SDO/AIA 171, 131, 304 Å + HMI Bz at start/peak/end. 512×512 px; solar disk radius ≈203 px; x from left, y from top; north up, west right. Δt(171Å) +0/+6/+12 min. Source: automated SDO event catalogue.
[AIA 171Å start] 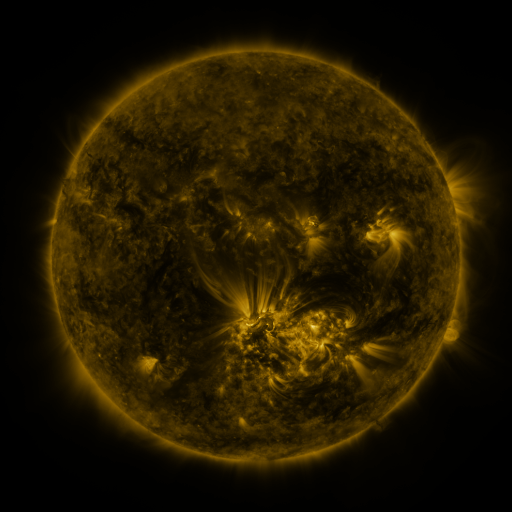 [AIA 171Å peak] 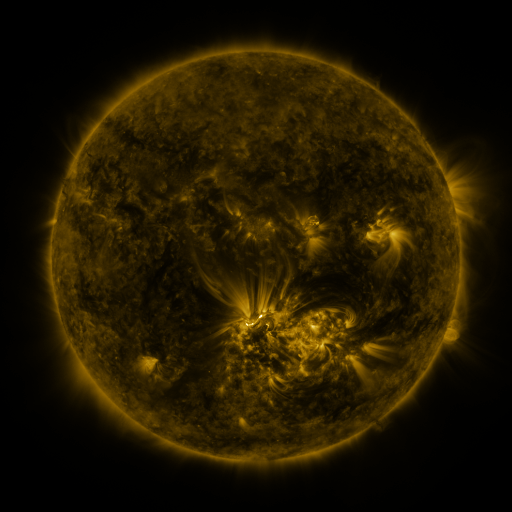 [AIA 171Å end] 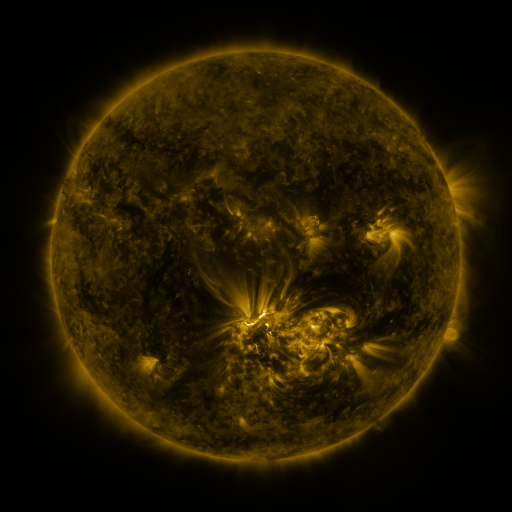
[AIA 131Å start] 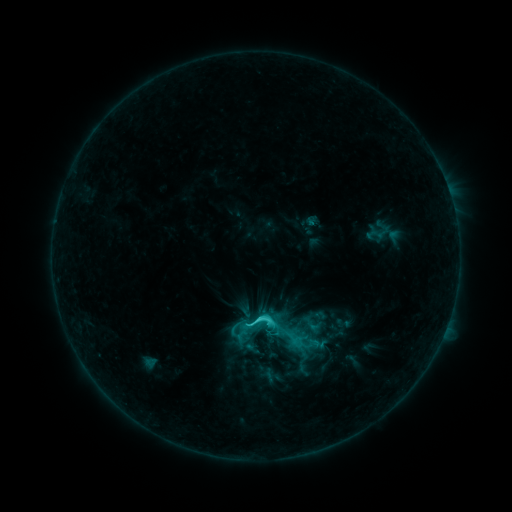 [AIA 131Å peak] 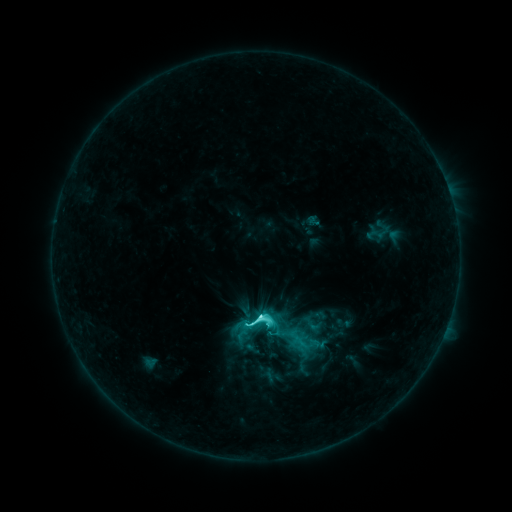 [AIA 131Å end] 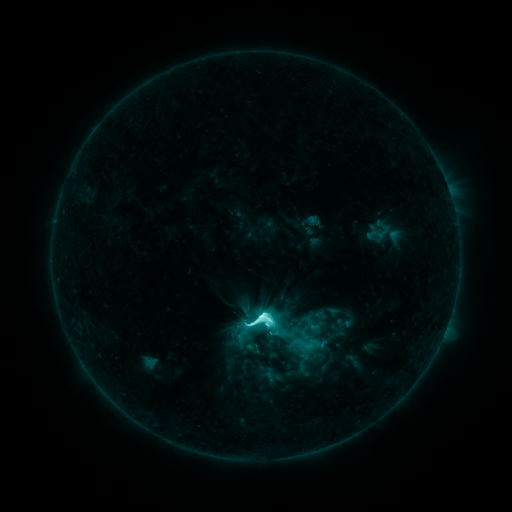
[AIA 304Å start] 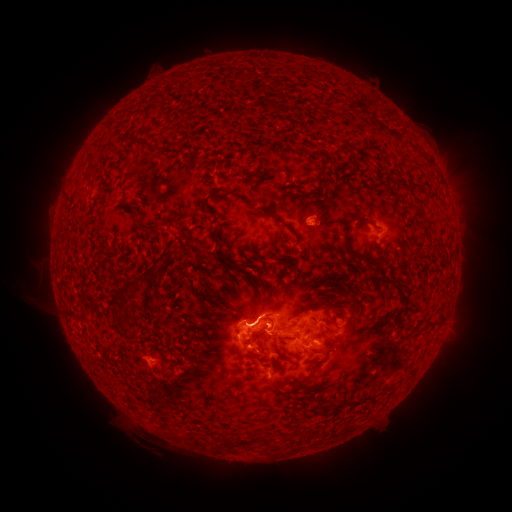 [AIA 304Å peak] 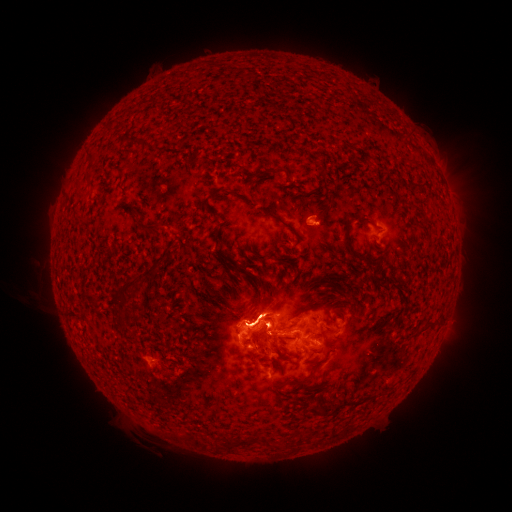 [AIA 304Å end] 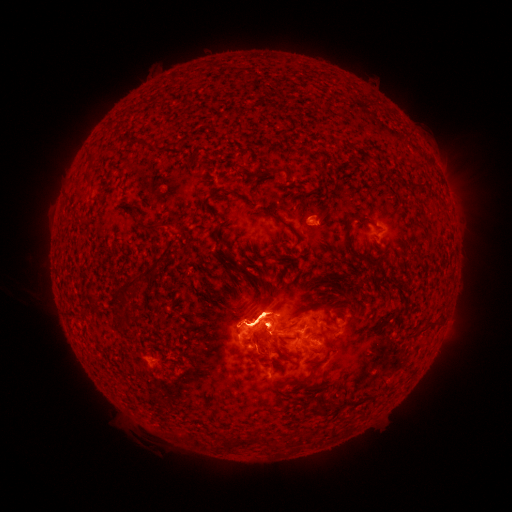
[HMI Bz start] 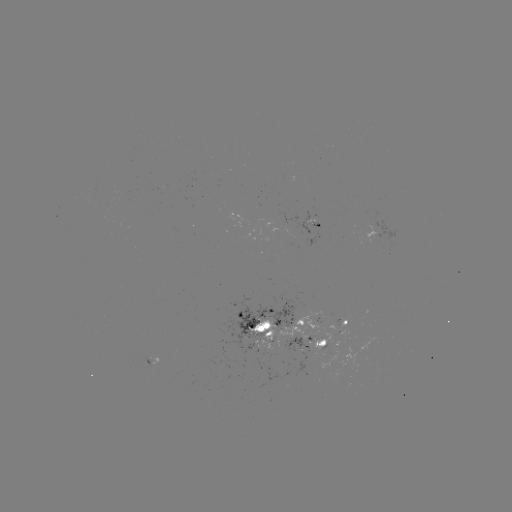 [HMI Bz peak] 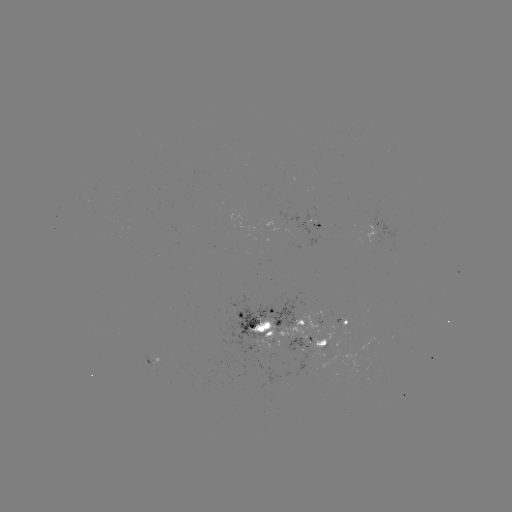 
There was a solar eruption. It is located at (304, 372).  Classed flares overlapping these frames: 1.